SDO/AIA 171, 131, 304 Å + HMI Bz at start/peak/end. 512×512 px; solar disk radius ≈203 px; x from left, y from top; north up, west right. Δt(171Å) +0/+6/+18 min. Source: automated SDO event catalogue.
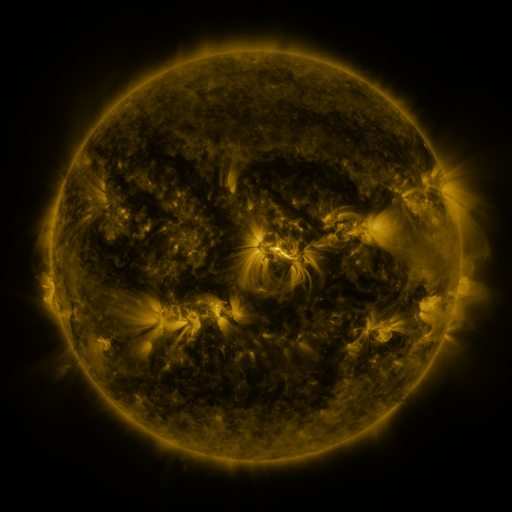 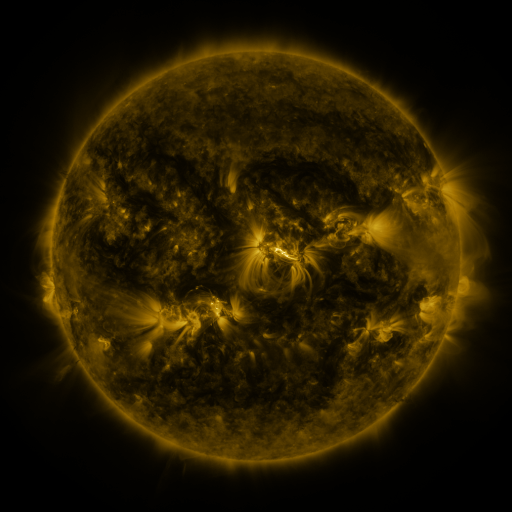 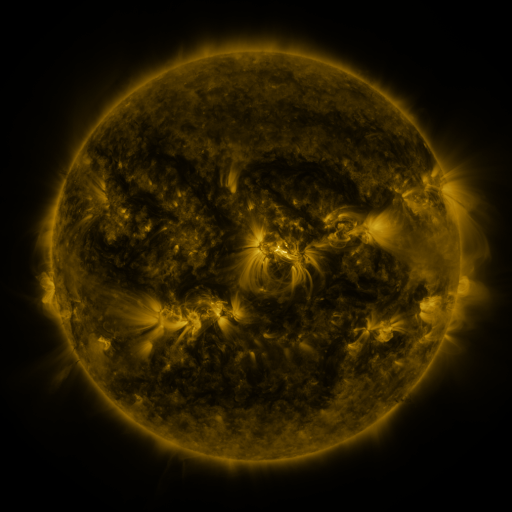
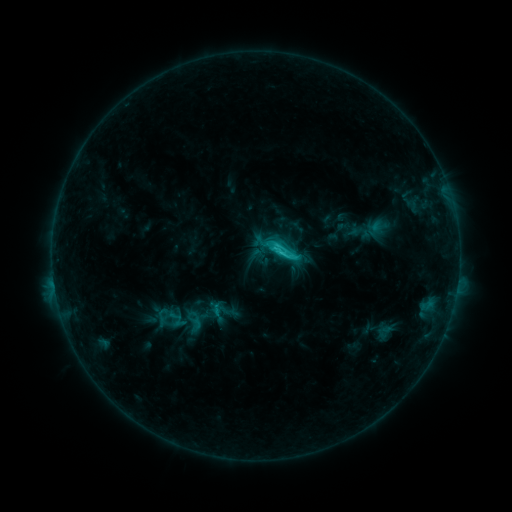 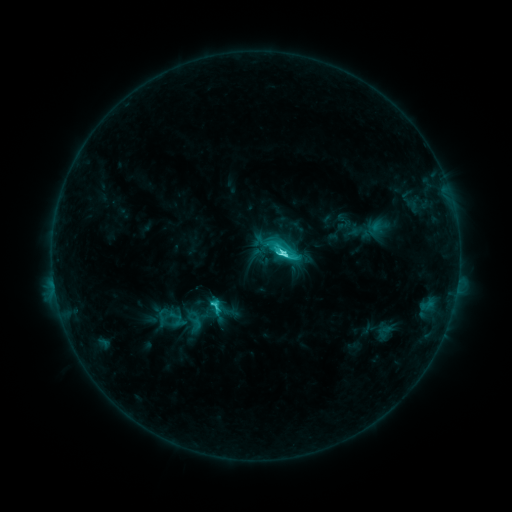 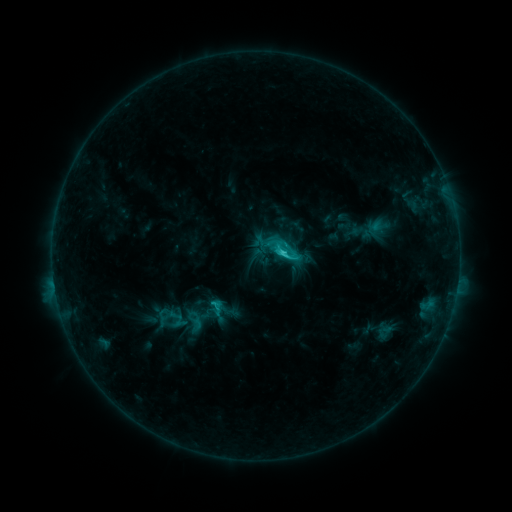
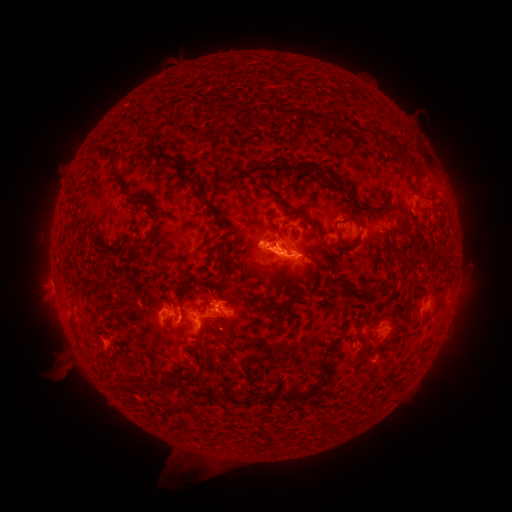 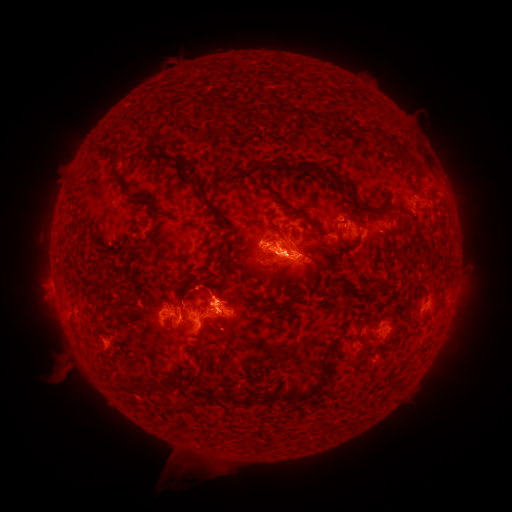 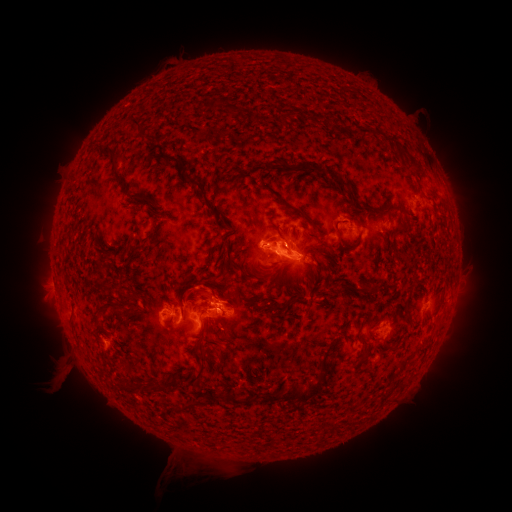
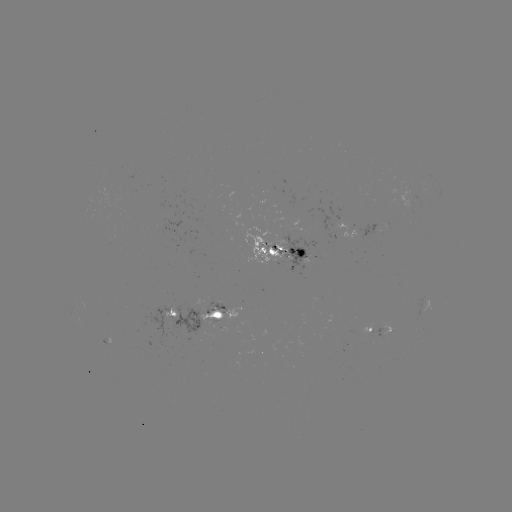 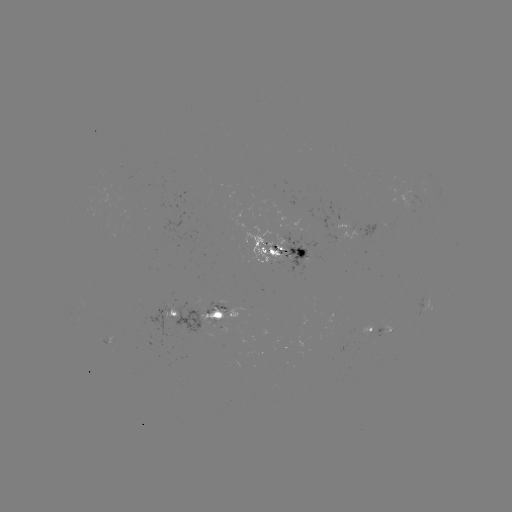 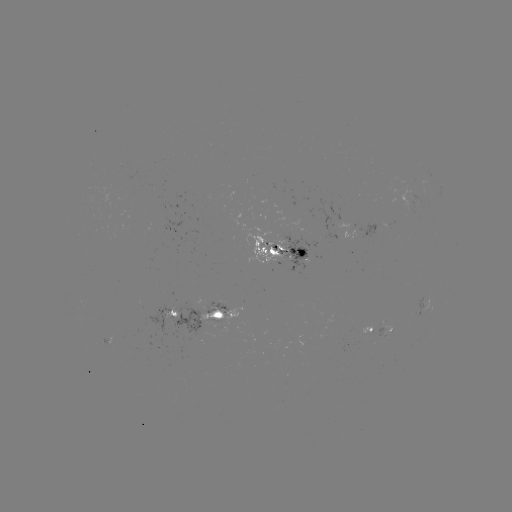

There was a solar eruption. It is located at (60, 373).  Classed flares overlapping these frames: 1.